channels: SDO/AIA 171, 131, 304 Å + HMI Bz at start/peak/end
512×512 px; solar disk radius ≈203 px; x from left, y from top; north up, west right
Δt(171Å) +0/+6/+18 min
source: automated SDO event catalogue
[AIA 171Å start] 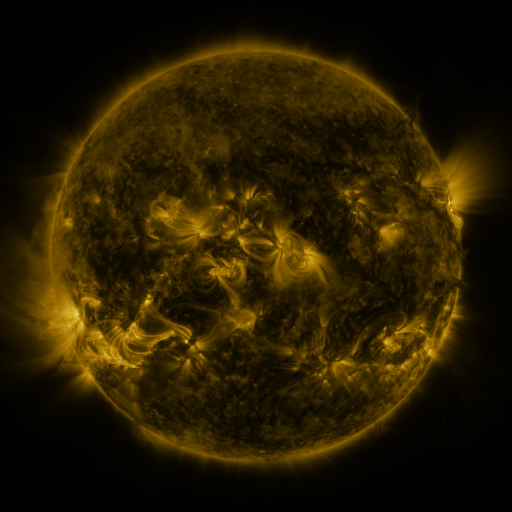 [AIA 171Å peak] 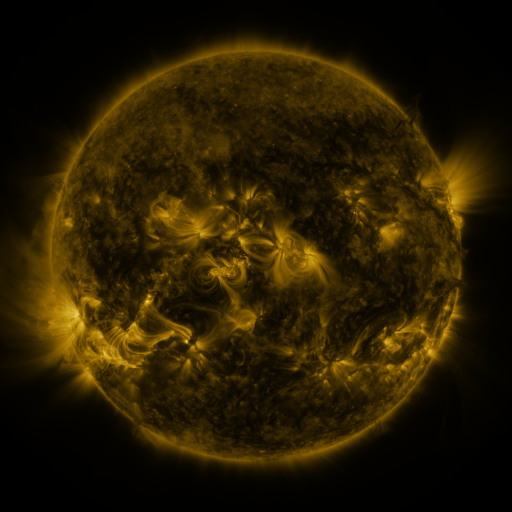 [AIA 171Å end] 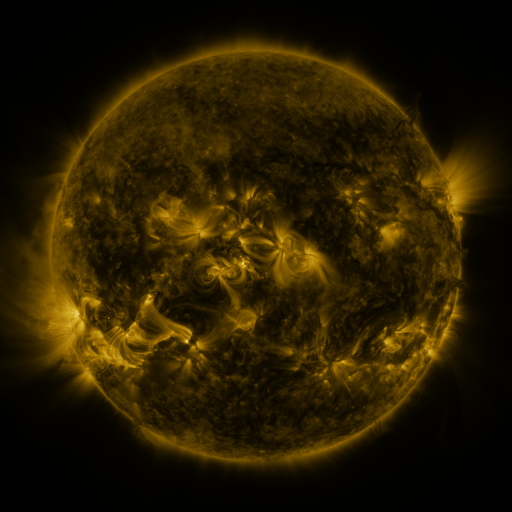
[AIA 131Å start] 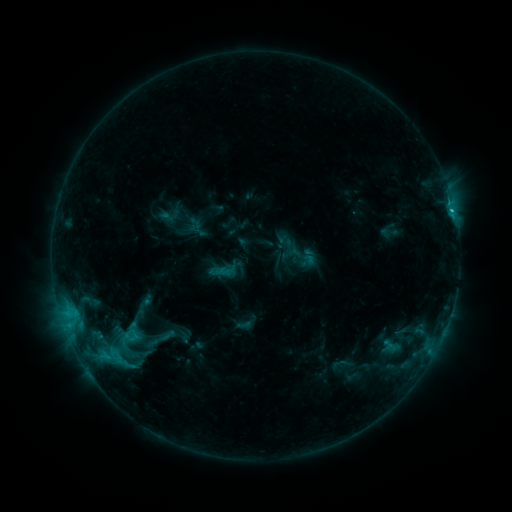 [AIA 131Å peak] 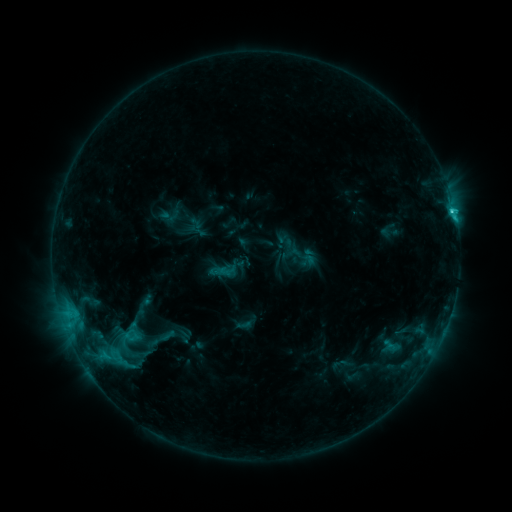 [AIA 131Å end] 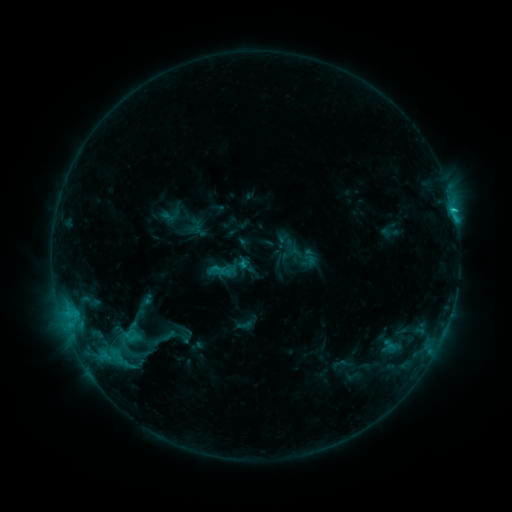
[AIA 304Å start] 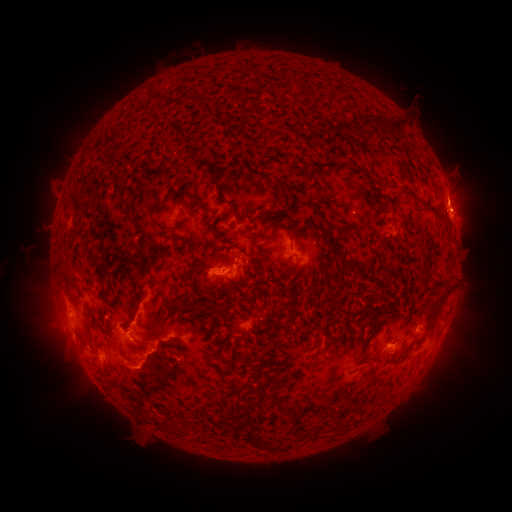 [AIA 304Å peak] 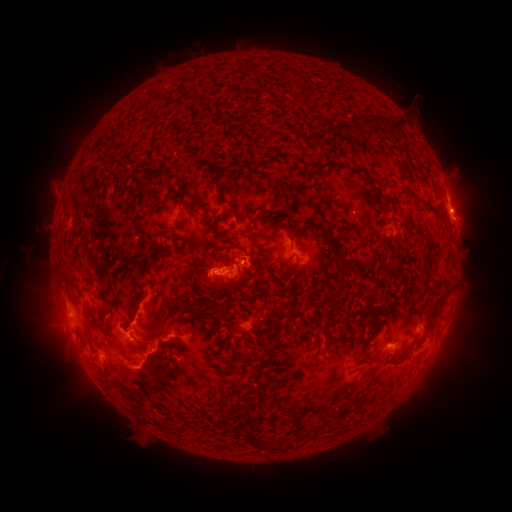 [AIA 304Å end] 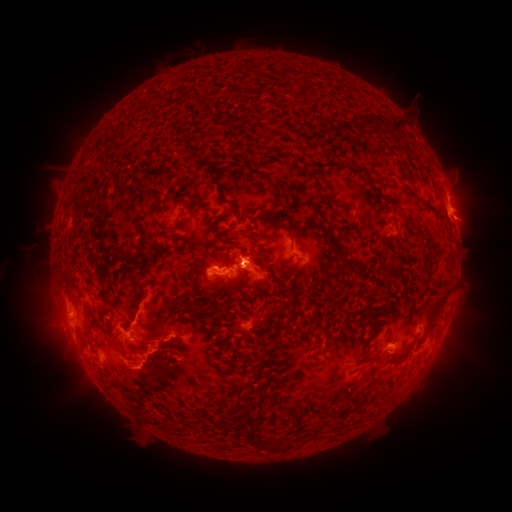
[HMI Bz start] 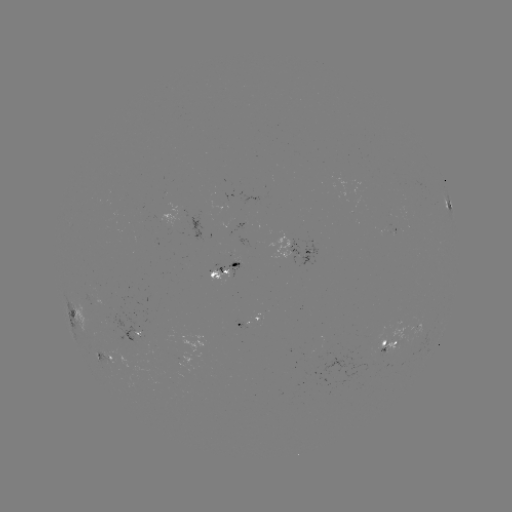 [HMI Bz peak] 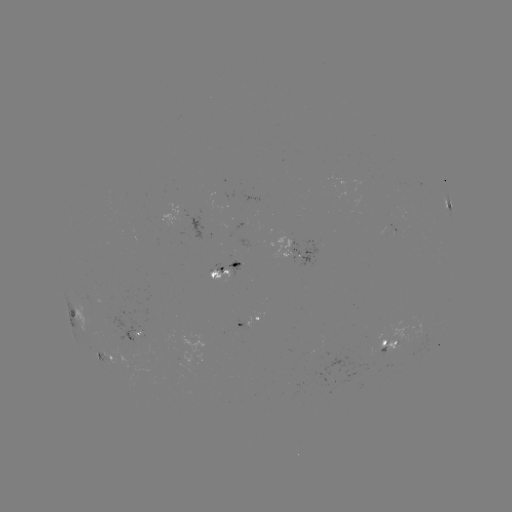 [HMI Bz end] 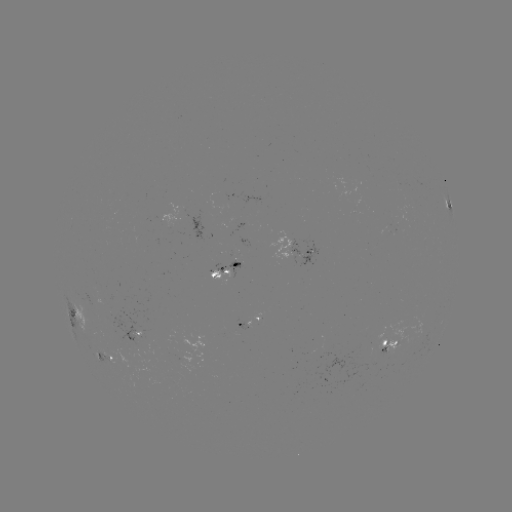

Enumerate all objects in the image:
C3.4 flare: (452, 214)
